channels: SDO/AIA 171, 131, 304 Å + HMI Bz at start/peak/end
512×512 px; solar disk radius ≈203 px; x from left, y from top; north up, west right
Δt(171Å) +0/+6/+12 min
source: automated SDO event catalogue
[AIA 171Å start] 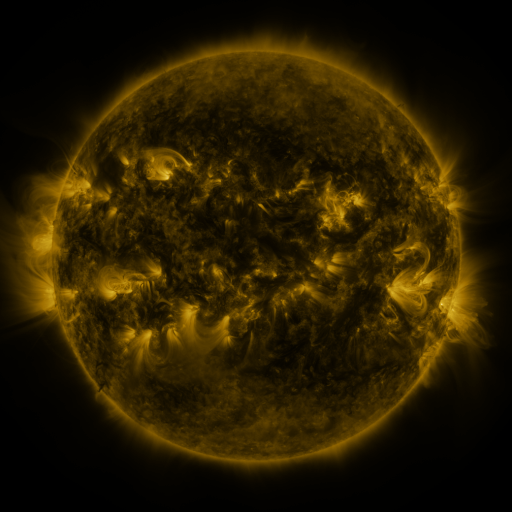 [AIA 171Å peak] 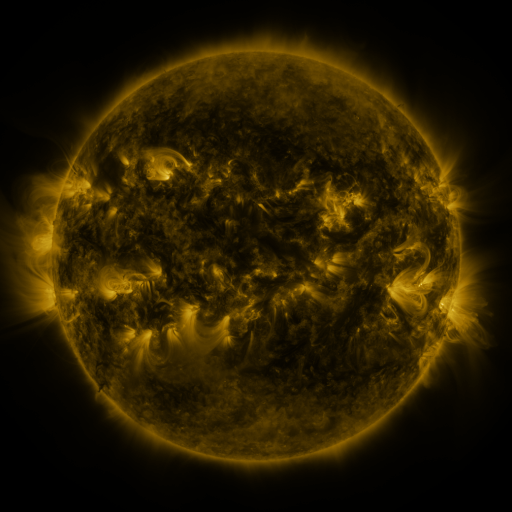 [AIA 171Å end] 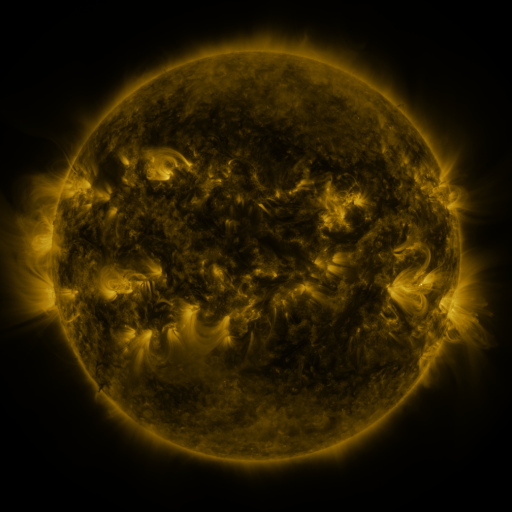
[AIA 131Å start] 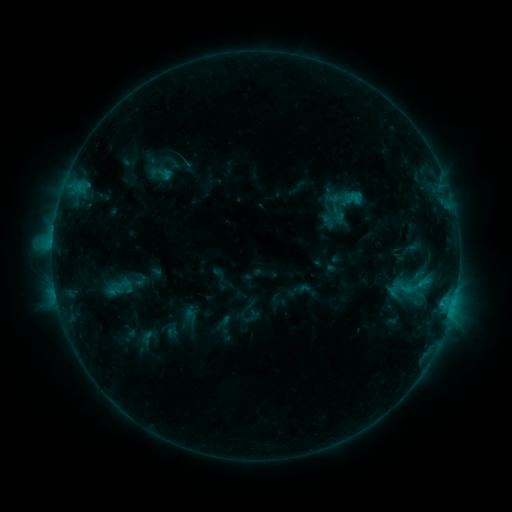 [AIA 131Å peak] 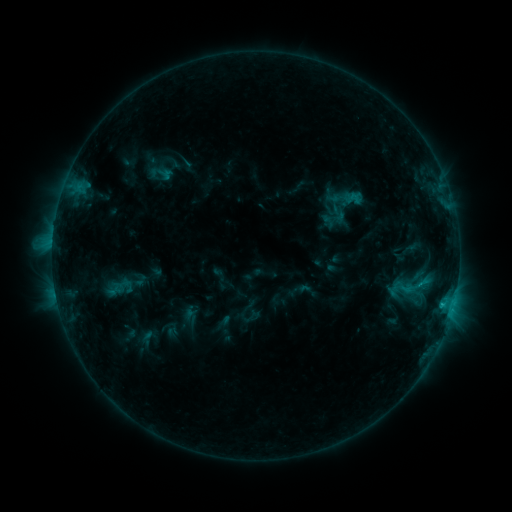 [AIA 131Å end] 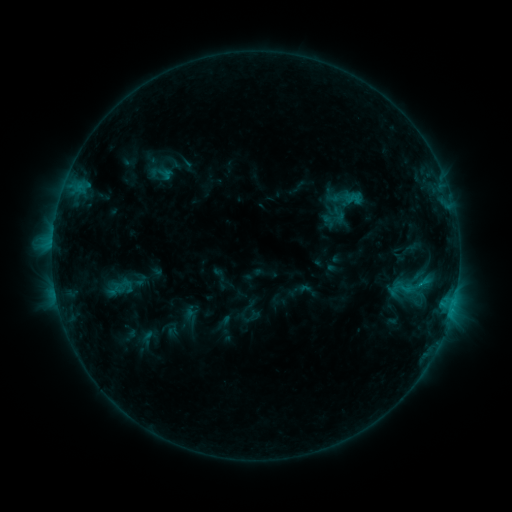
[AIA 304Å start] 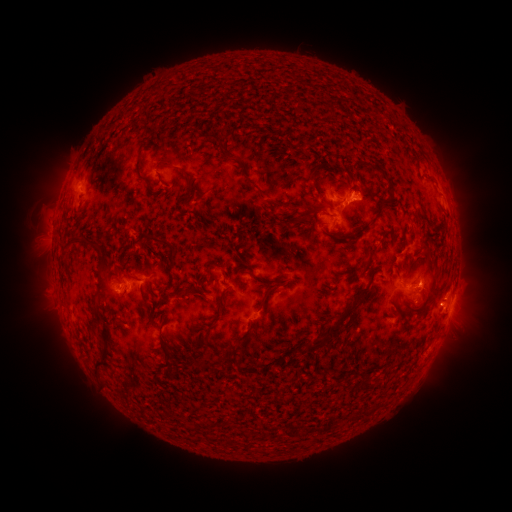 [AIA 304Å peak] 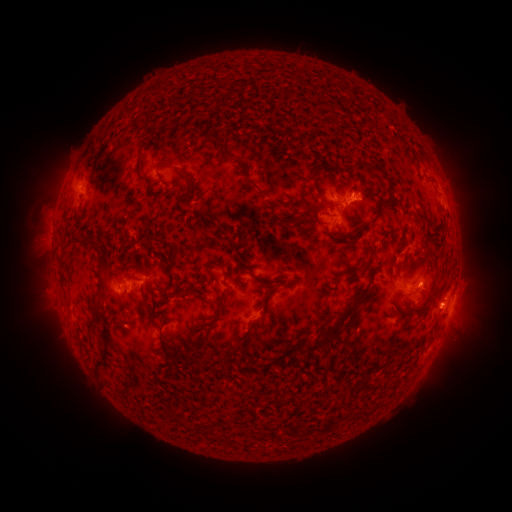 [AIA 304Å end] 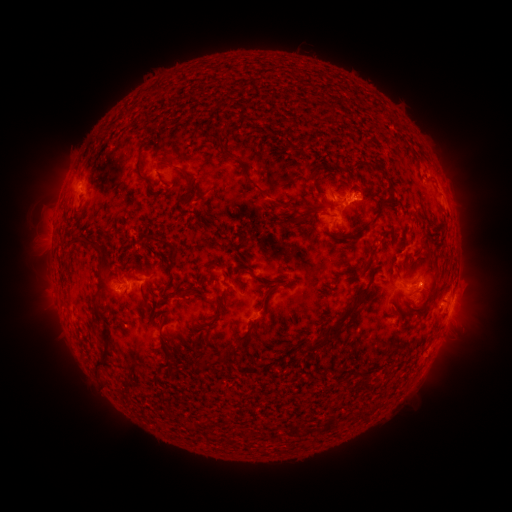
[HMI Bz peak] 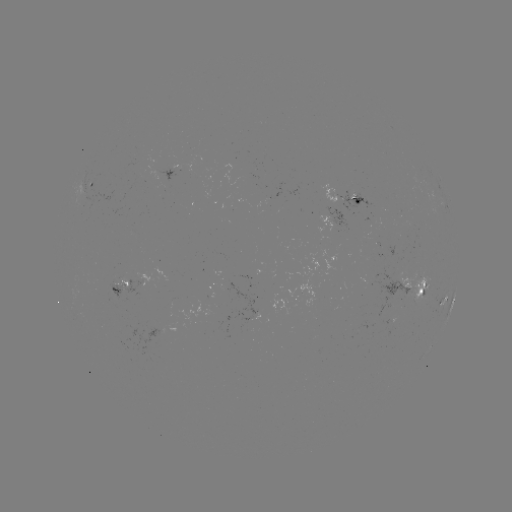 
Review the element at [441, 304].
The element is C1.2 flare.